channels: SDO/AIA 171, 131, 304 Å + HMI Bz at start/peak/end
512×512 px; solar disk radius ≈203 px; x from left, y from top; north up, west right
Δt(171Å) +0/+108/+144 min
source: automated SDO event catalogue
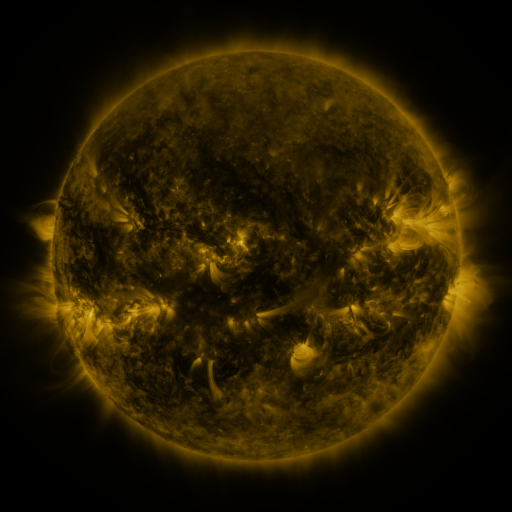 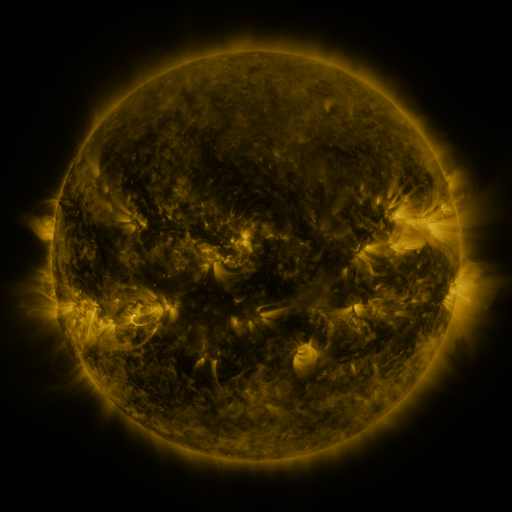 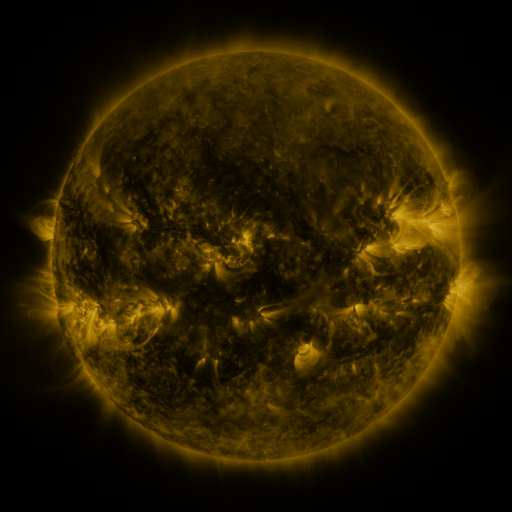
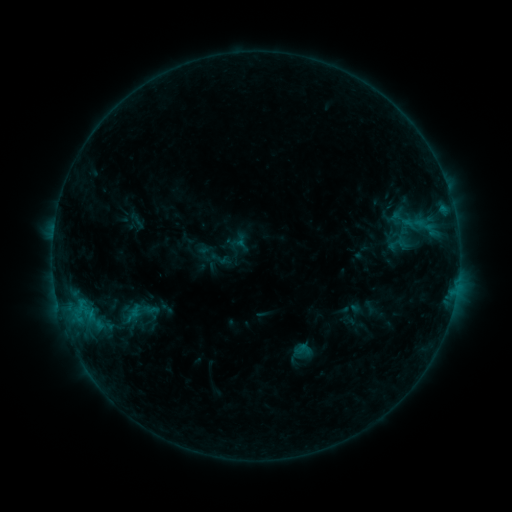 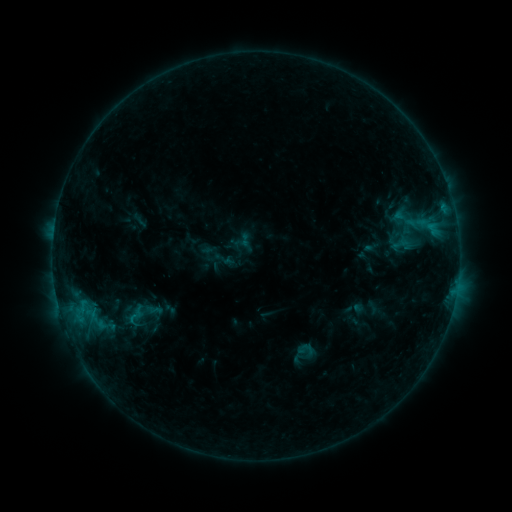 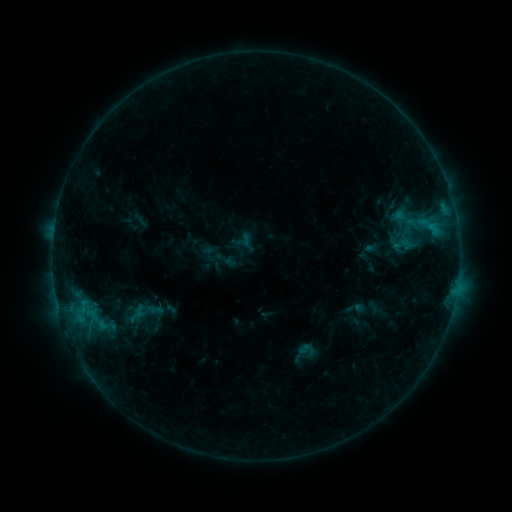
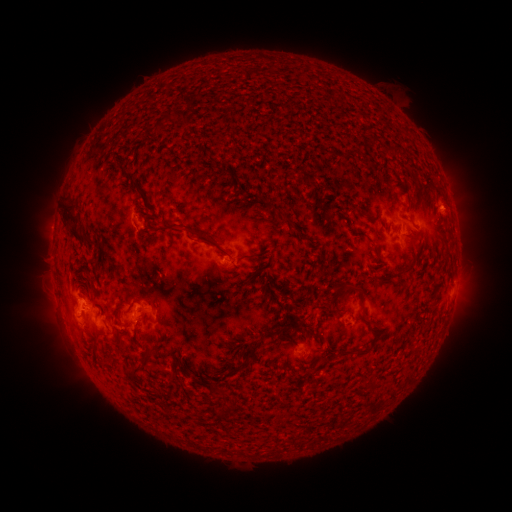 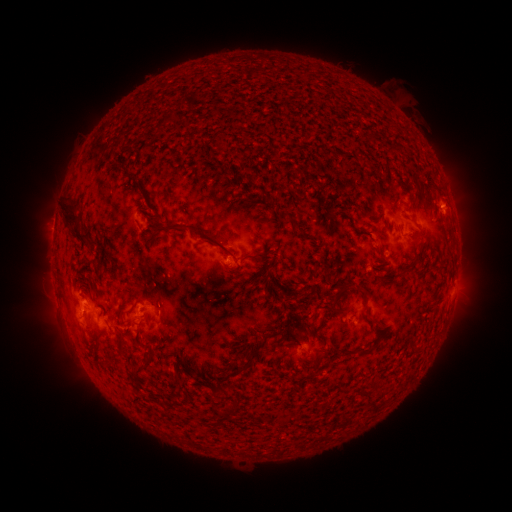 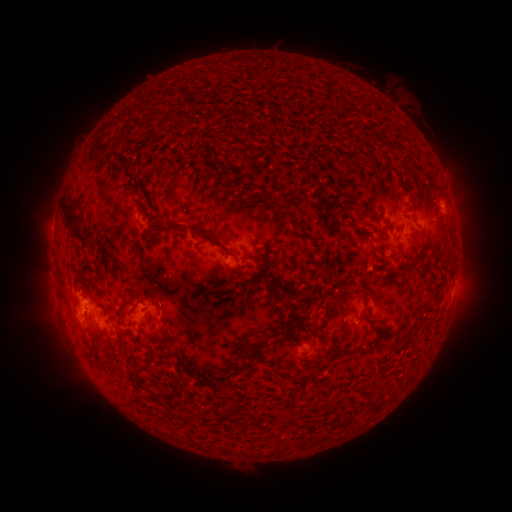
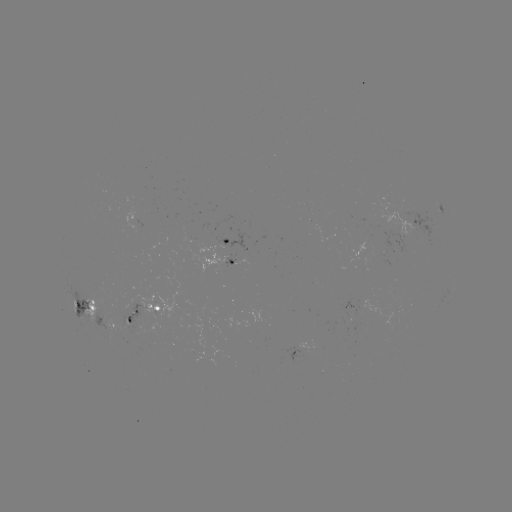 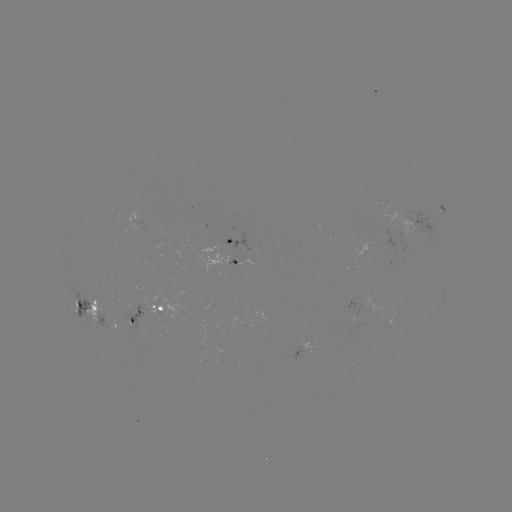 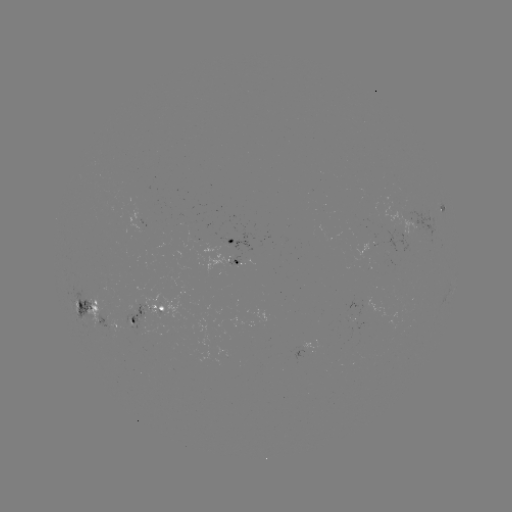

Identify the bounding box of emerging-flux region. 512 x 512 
[369, 234, 377, 244].